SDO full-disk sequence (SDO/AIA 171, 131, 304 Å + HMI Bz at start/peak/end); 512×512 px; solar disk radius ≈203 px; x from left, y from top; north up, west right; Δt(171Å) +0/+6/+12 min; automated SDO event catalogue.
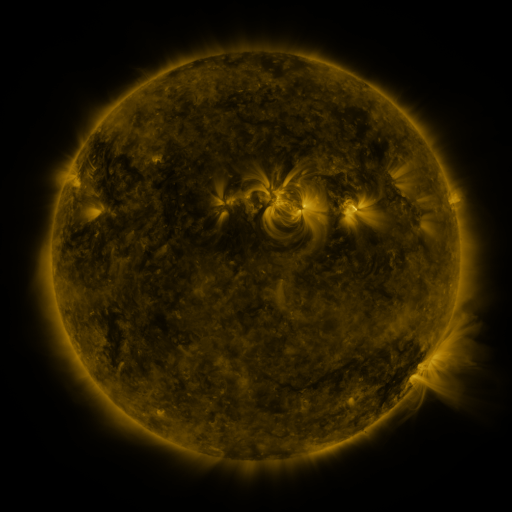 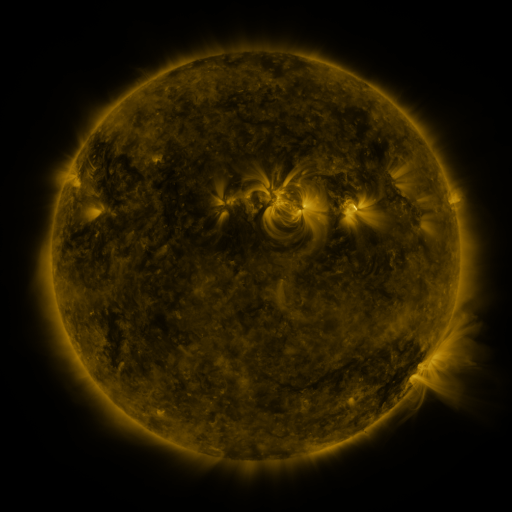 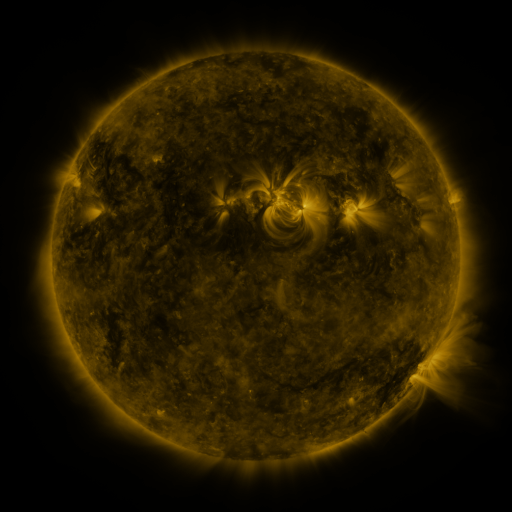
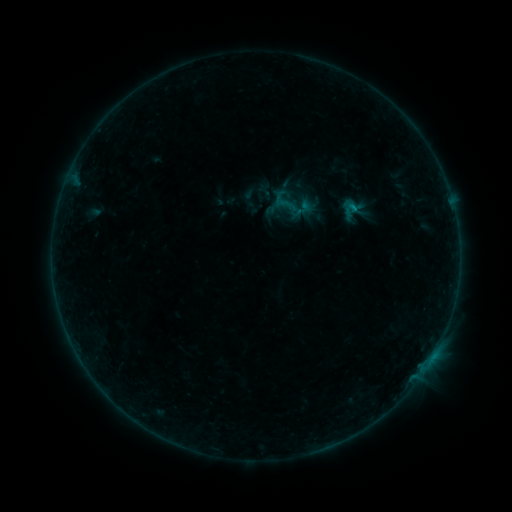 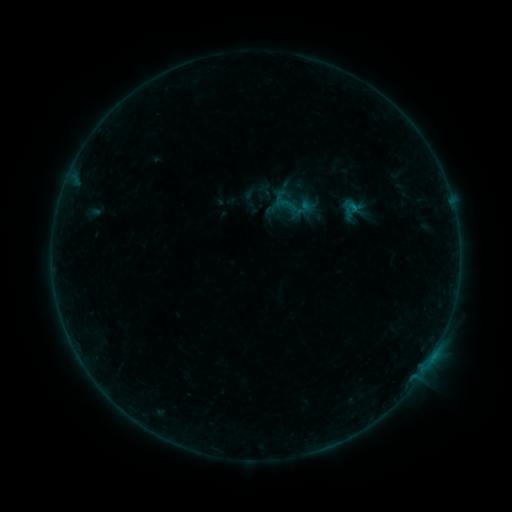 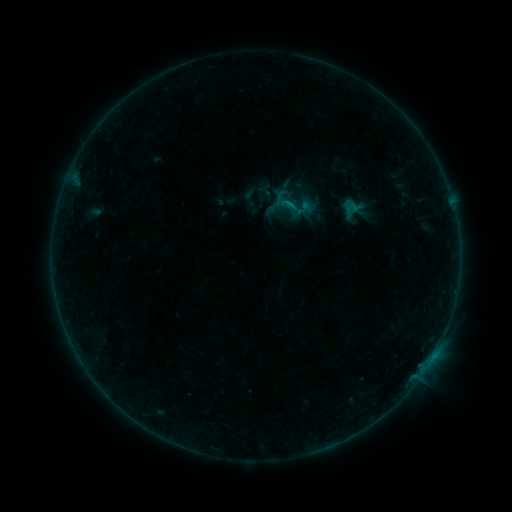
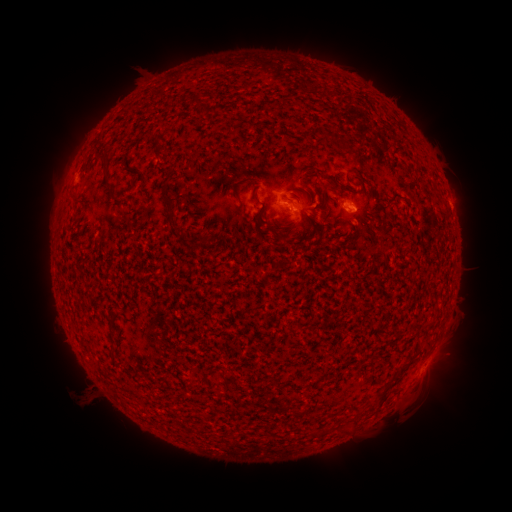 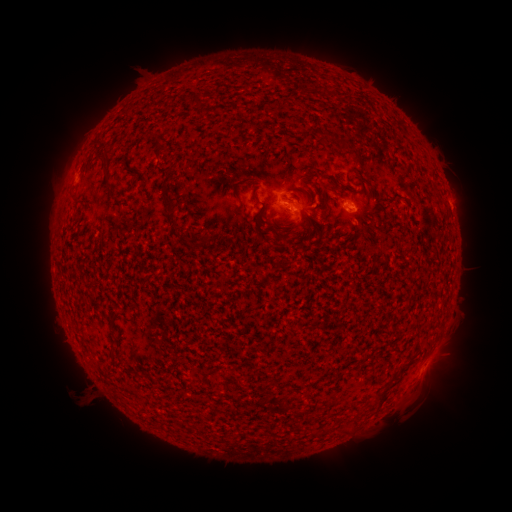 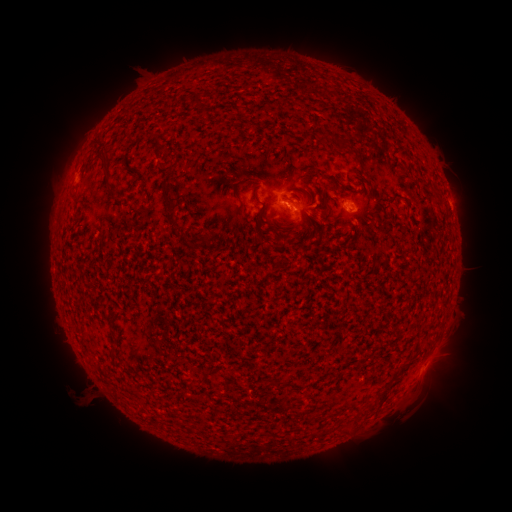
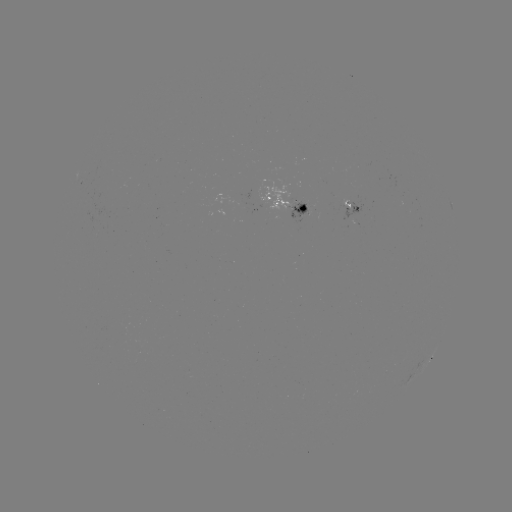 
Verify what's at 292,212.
B2.5 flare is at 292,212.